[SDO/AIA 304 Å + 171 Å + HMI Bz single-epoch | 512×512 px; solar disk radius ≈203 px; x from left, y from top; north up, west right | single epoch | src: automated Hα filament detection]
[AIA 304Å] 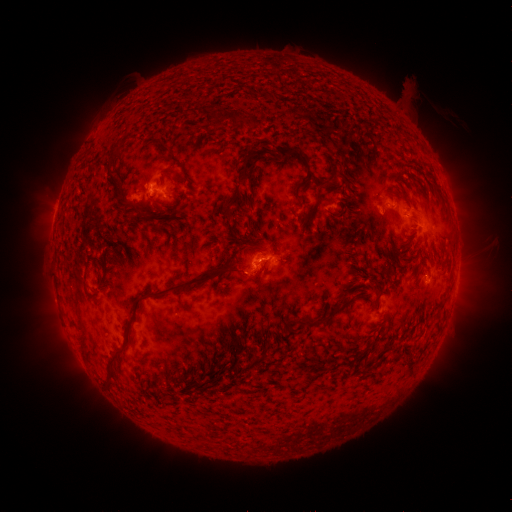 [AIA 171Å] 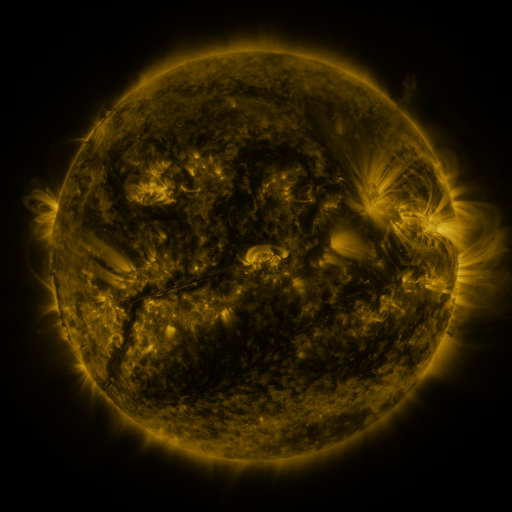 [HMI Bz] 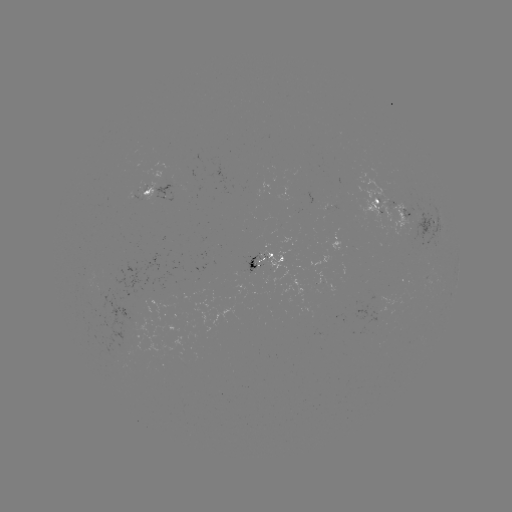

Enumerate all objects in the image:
filament: (236, 118)
filament: (257, 123)
filament: (114, 152)
filament: (284, 156)
filament: (306, 160)
filament: (246, 171)
filament: (334, 173)
filament: (319, 190)
filament: (138, 208)
filament: (163, 213)
filament: (230, 215)
filament: (186, 283)
filament: (334, 311)
filament: (123, 347)
filament: (109, 378)
